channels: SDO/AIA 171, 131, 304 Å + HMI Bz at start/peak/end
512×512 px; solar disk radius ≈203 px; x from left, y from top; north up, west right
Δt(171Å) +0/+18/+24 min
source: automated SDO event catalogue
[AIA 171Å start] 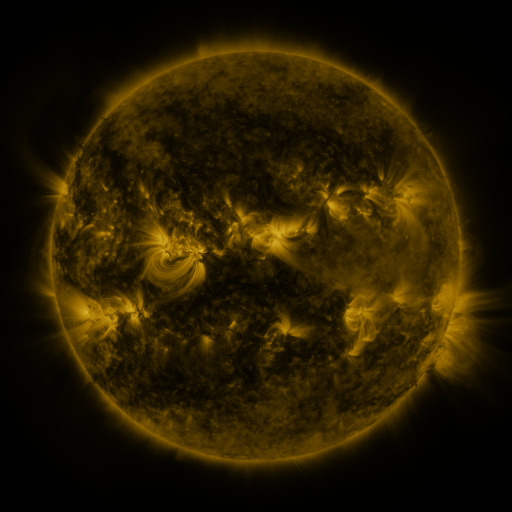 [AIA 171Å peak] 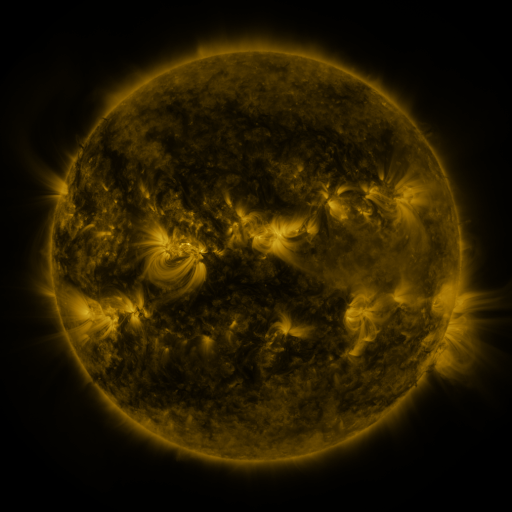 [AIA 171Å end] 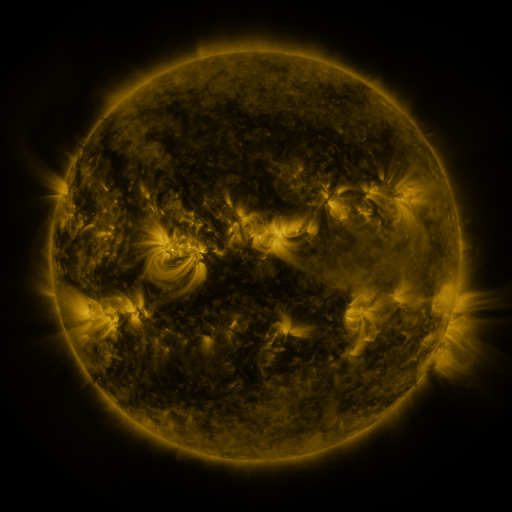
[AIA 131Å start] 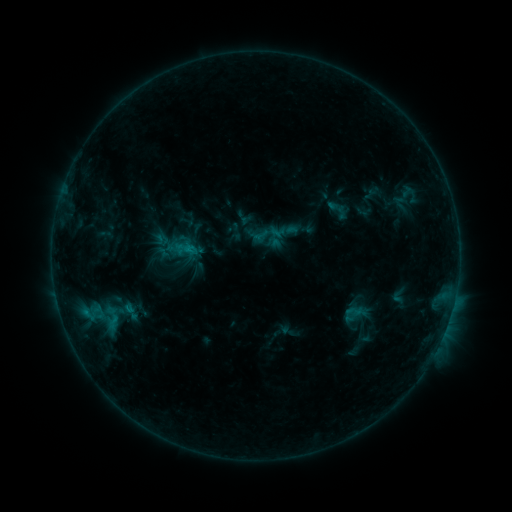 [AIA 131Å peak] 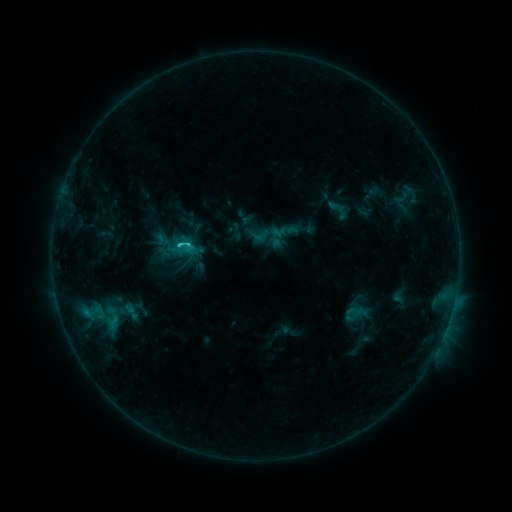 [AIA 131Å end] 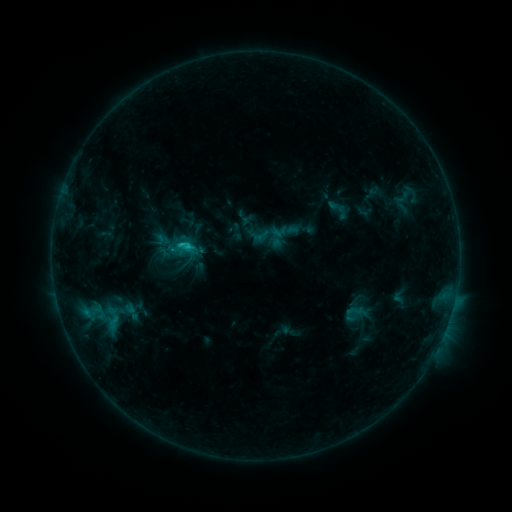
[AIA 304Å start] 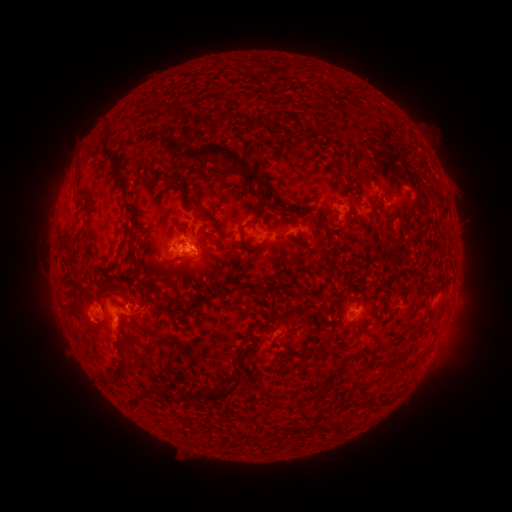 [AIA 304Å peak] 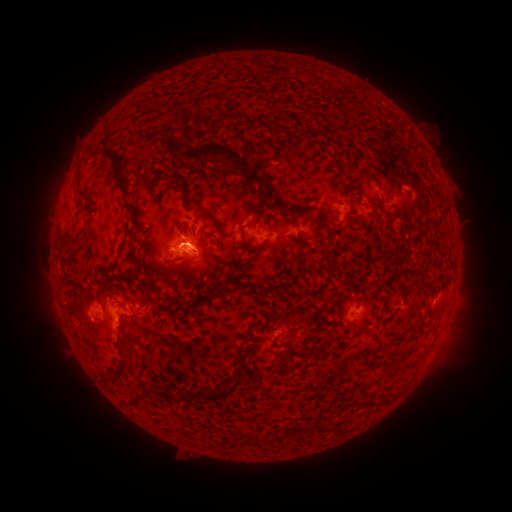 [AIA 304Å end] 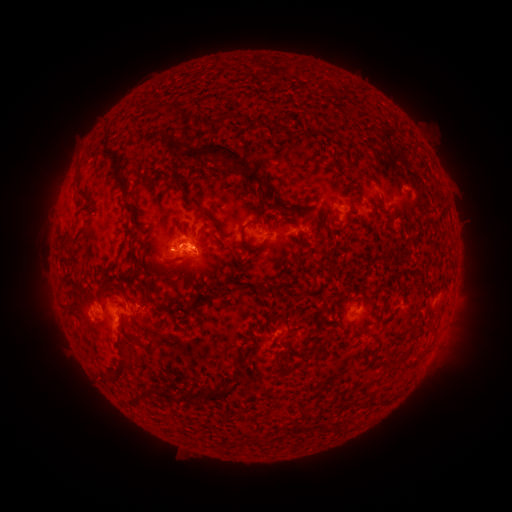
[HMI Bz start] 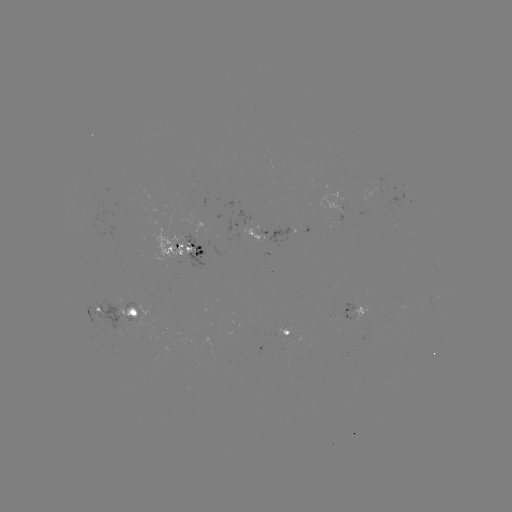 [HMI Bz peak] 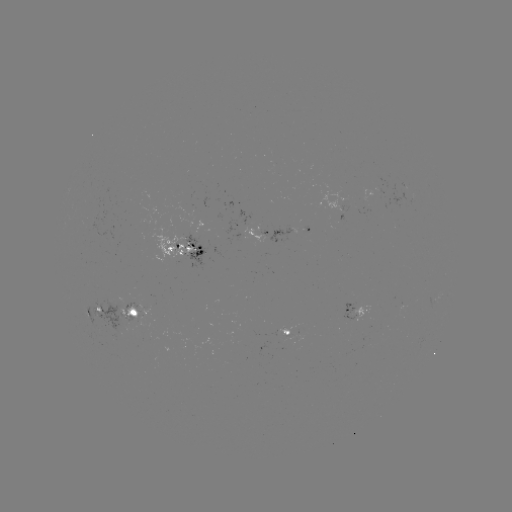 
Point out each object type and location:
C1.6 flare: (190, 245)
